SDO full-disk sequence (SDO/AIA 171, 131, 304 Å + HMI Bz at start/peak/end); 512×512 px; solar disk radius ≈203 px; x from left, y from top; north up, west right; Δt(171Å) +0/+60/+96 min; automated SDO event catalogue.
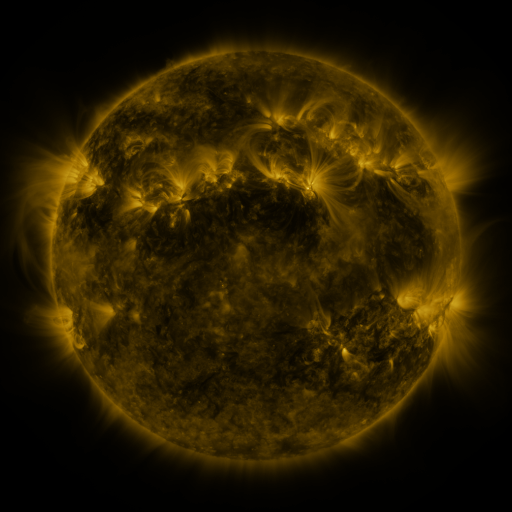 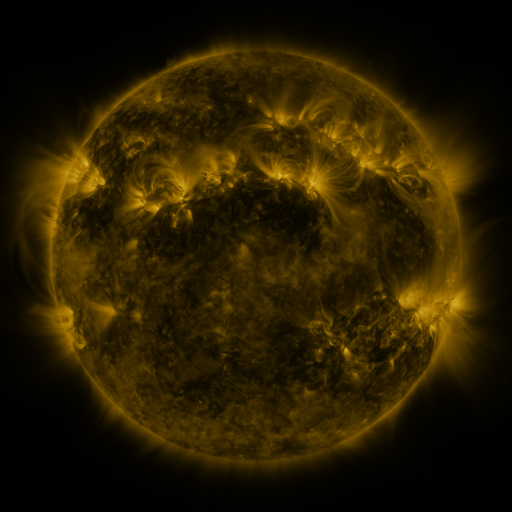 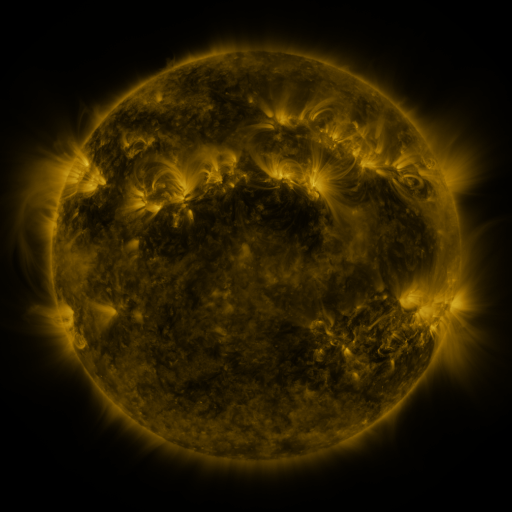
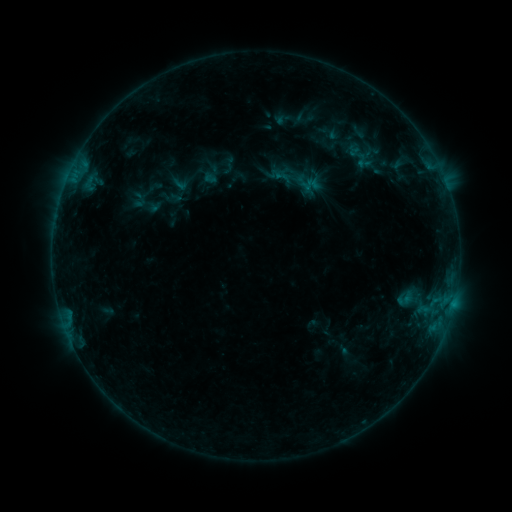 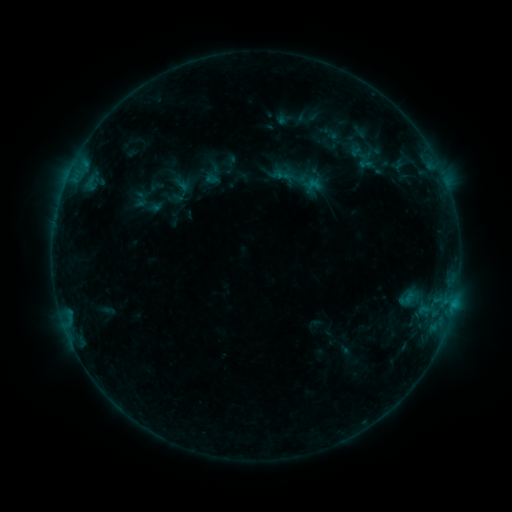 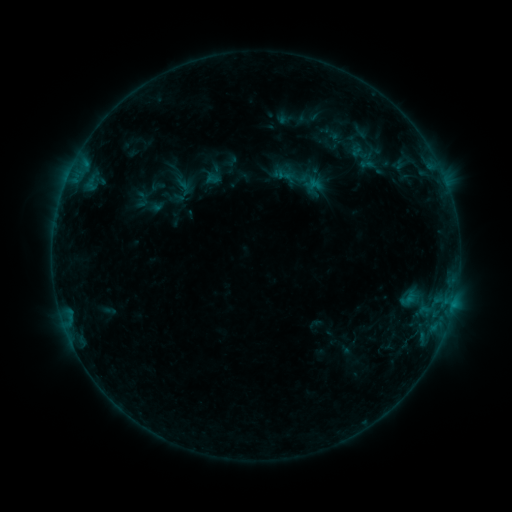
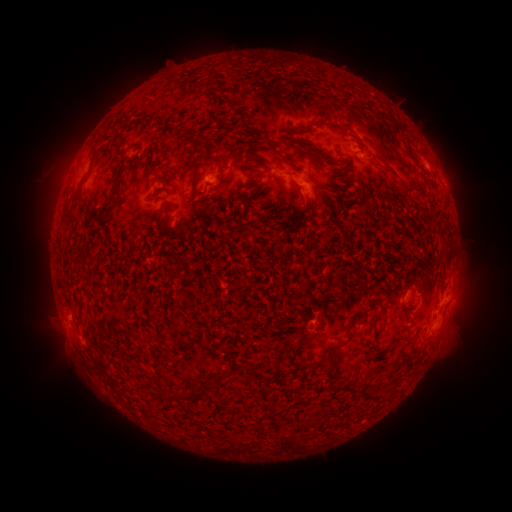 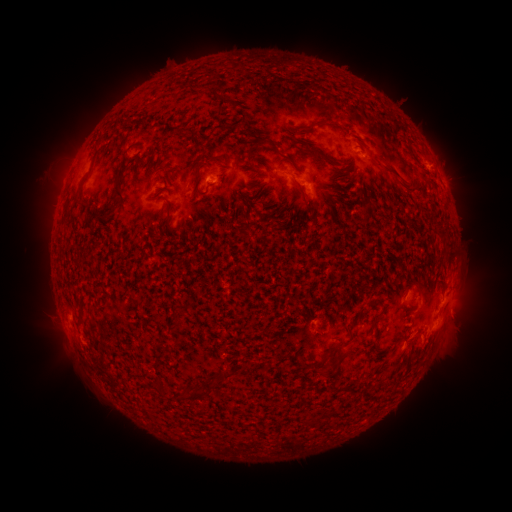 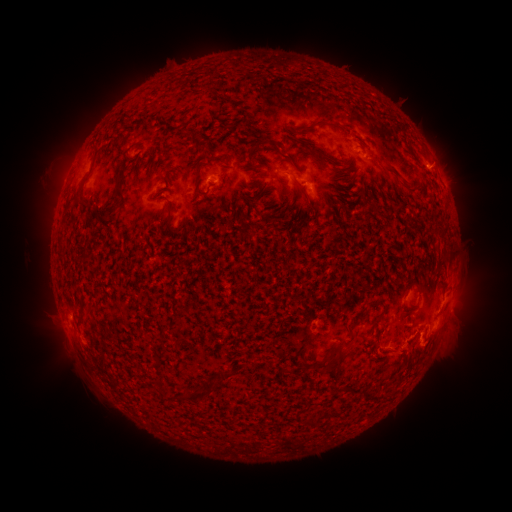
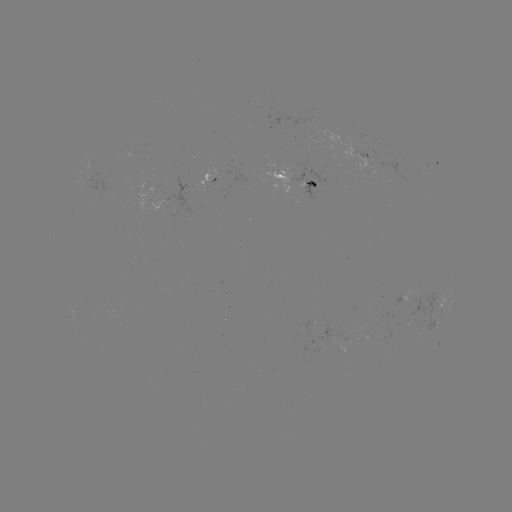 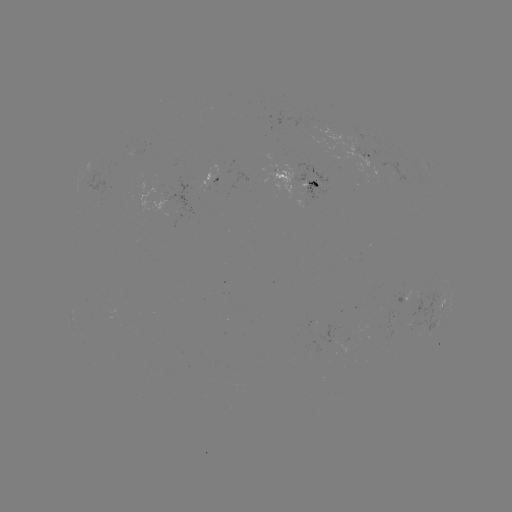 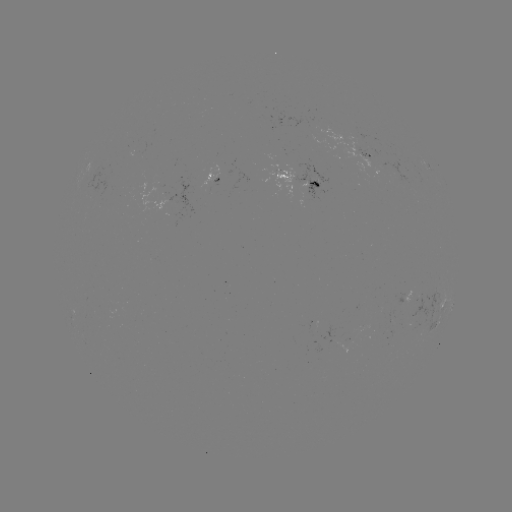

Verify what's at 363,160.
emerging-flux region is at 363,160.